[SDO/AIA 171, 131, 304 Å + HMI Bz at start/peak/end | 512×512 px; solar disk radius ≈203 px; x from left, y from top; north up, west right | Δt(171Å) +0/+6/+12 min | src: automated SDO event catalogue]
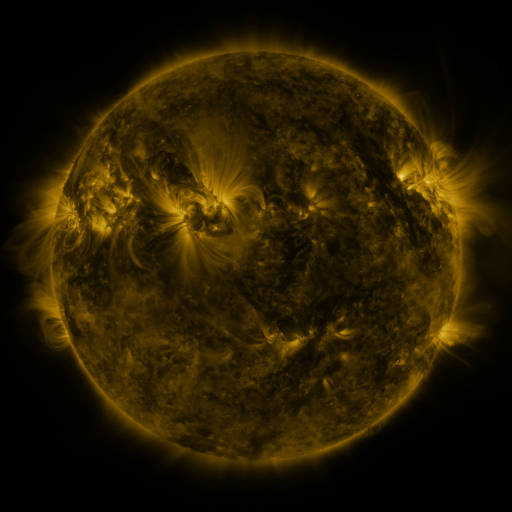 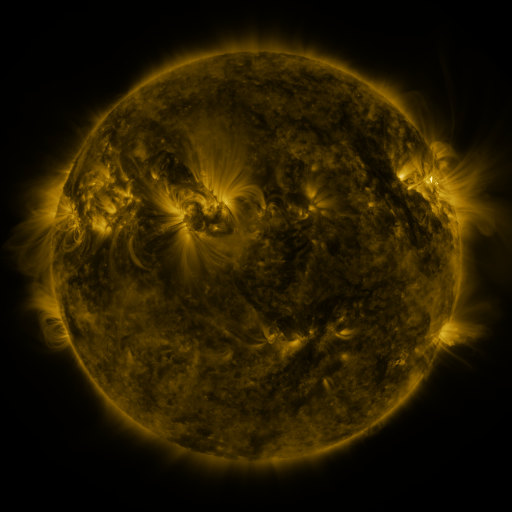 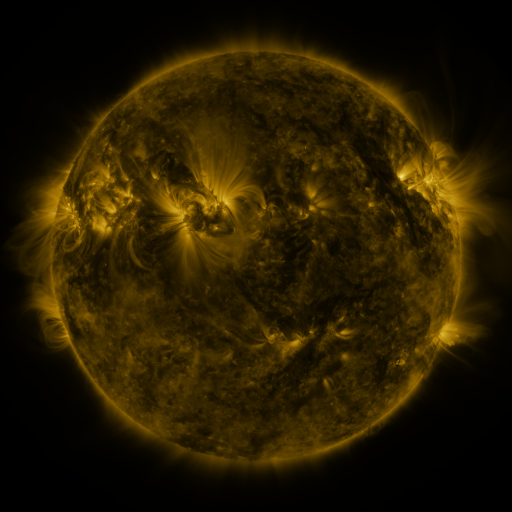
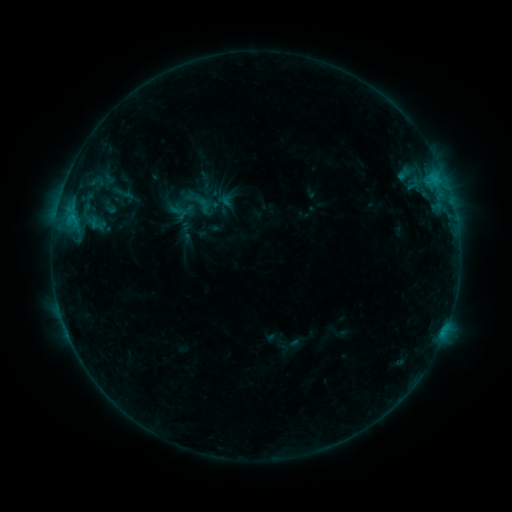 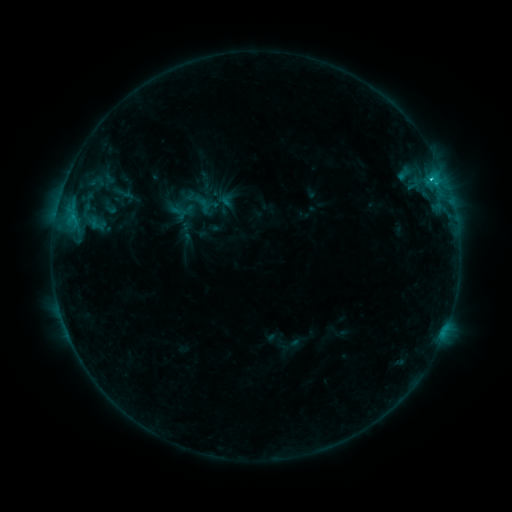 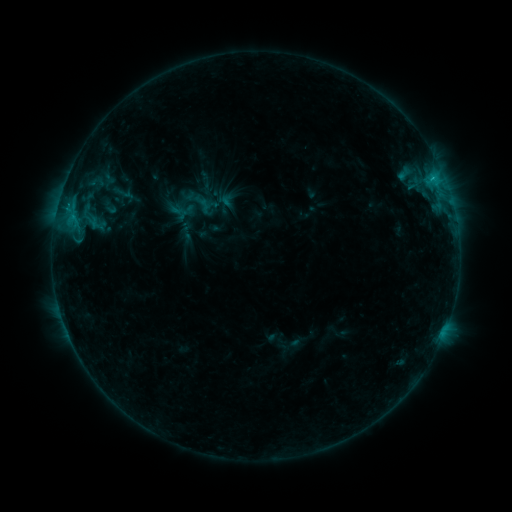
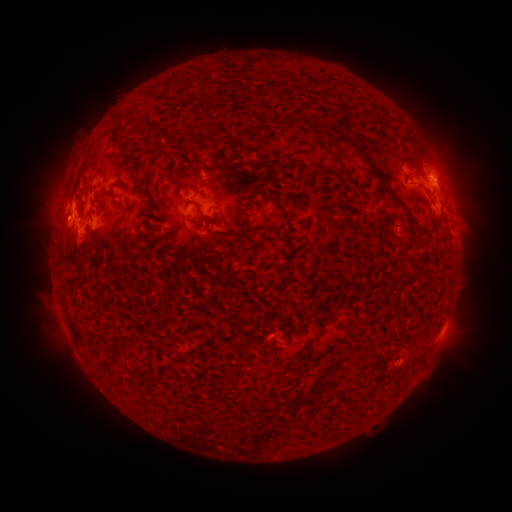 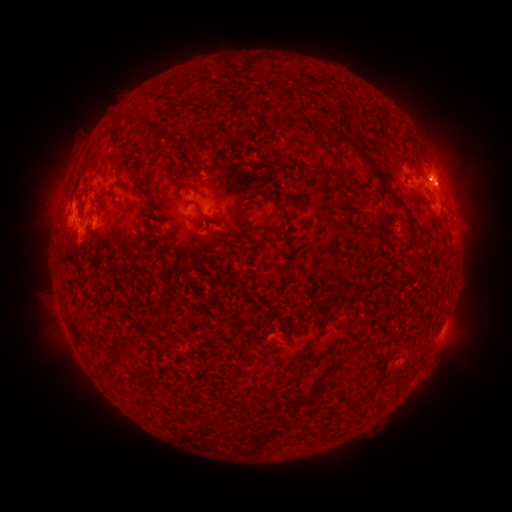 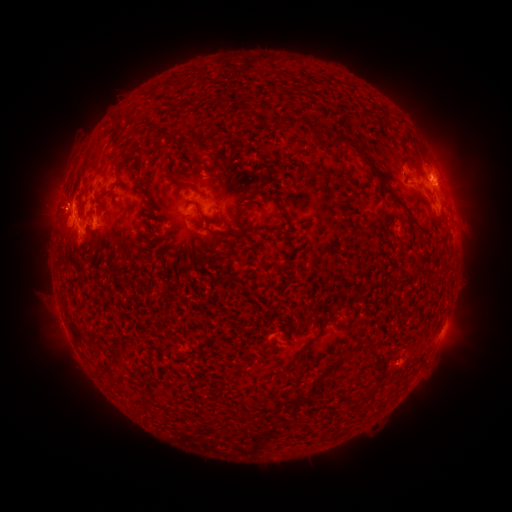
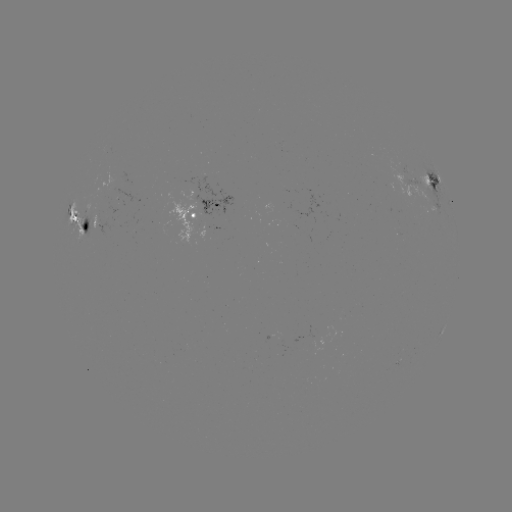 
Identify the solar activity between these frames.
C2.2 flare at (430, 181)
